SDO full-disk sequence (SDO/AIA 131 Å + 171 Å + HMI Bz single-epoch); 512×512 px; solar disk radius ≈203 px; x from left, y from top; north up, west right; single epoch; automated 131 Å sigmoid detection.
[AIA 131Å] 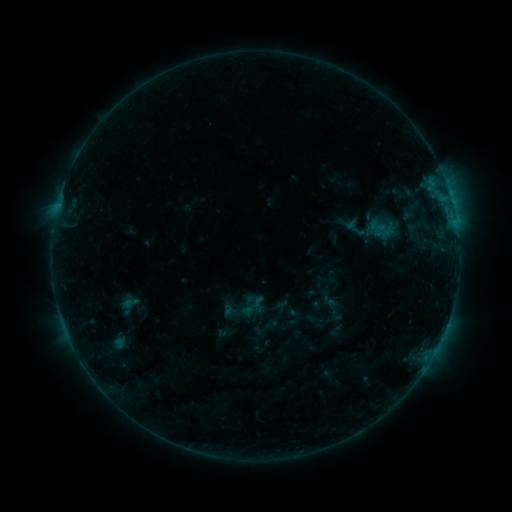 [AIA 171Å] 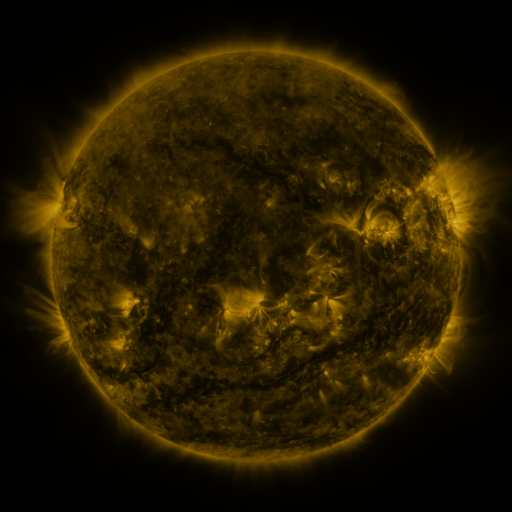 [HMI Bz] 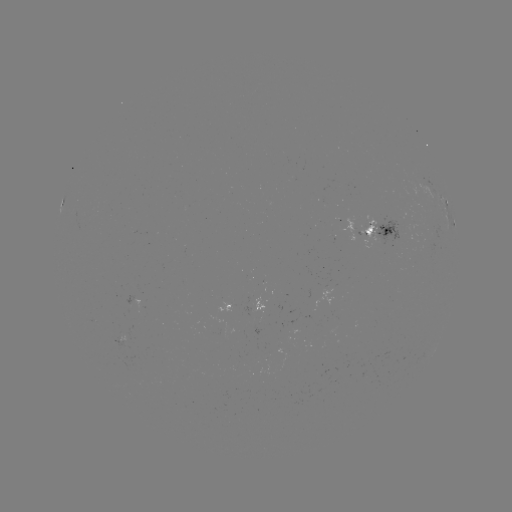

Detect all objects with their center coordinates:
sigmoid: <bbox>366, 217, 387, 235</bbox>
